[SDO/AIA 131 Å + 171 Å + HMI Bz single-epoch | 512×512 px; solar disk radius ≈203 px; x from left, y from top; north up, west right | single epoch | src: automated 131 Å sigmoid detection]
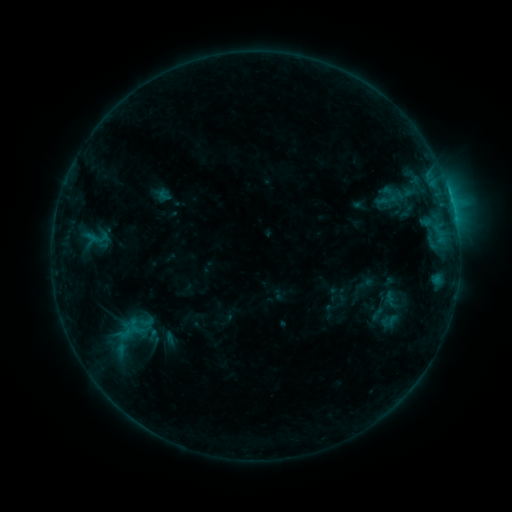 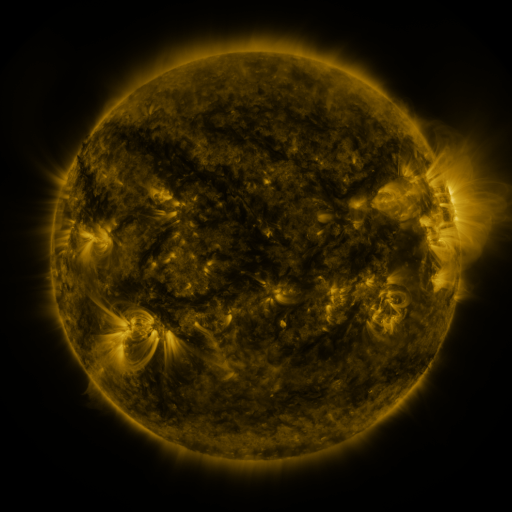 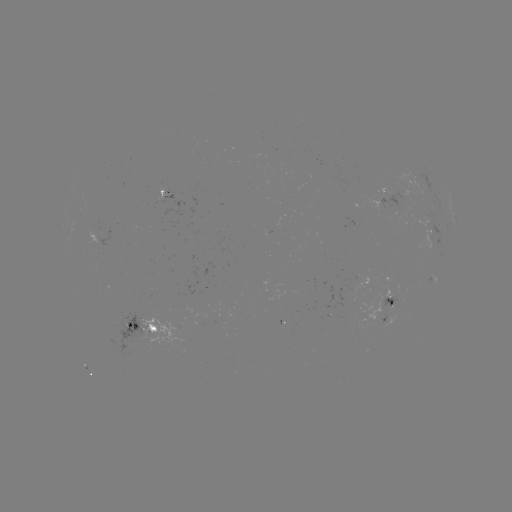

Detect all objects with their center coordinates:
sigmoid: (390, 322)
